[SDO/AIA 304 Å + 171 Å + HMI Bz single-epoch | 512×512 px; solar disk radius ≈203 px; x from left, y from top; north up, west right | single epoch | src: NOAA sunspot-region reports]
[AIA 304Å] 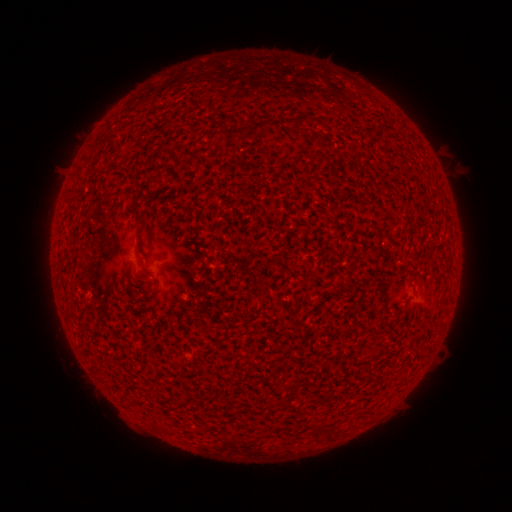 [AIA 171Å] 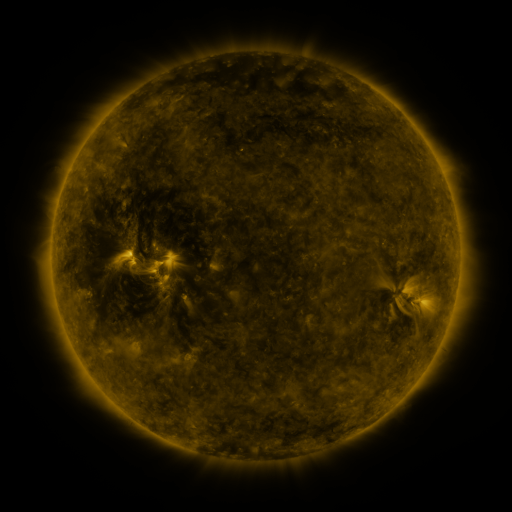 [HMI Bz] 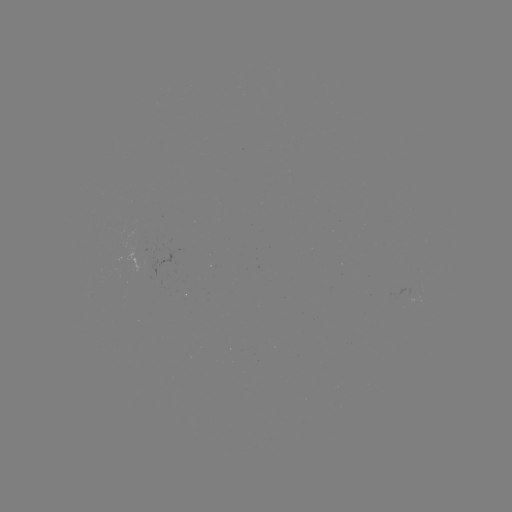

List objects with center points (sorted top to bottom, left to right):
(none)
